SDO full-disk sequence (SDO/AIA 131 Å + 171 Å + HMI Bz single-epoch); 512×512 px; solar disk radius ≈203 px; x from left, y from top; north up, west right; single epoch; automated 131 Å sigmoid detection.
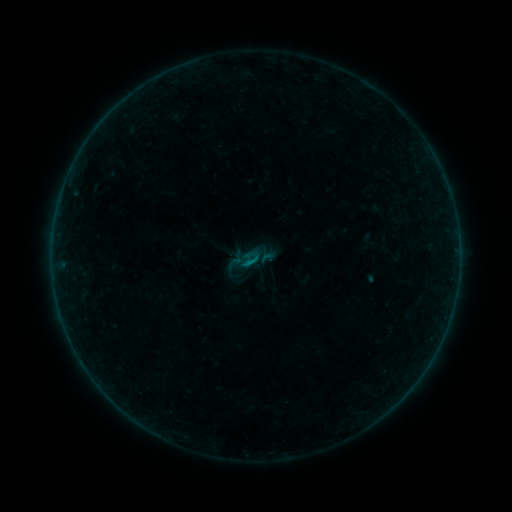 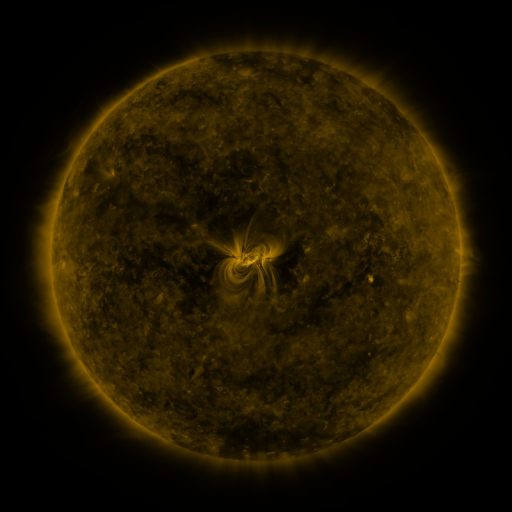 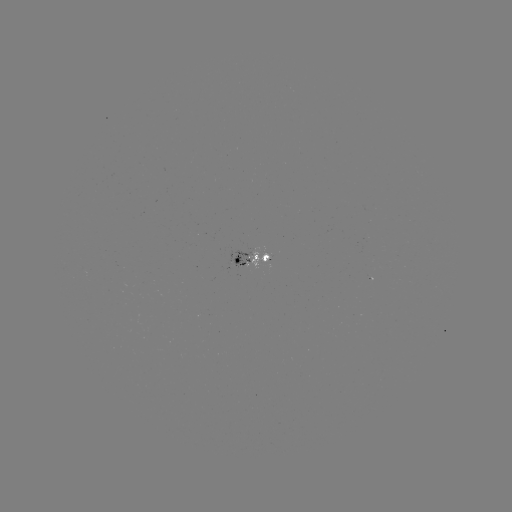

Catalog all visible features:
sigmoid: (250, 259)
sigmoid: (236, 263)
